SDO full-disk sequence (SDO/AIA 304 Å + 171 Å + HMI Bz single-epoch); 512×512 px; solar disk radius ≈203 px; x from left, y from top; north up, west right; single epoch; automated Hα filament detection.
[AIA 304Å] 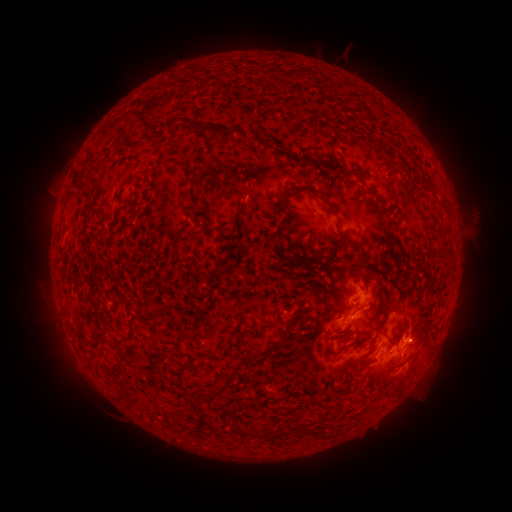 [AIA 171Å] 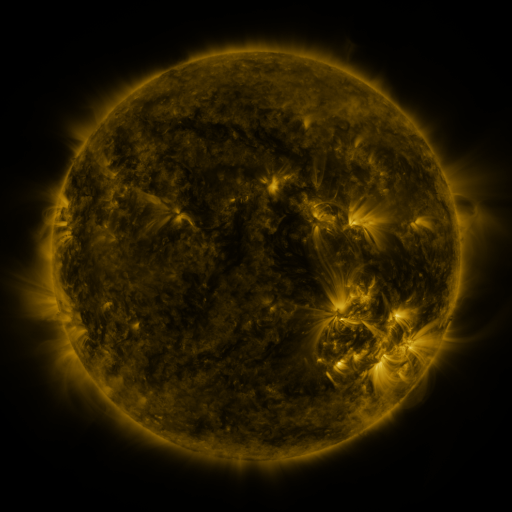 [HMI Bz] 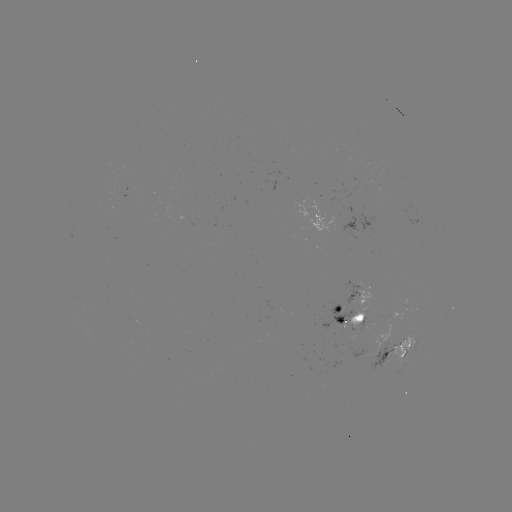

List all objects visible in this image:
filament: (172, 122)
filament: (206, 129)
filament: (229, 134)
filament: (255, 140)
filament: (308, 161)
filament: (352, 172)
filament: (81, 176)
filament: (317, 193)
filament: (88, 195)
filament: (339, 250)
filament: (220, 267)
filament: (292, 321)
filament: (118, 341)
filament: (250, 357)
filament: (240, 431)
